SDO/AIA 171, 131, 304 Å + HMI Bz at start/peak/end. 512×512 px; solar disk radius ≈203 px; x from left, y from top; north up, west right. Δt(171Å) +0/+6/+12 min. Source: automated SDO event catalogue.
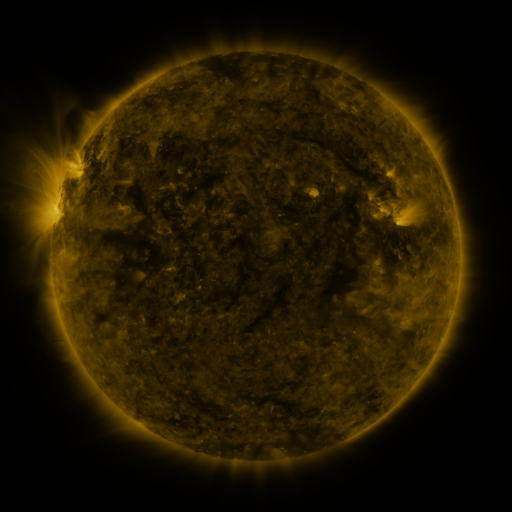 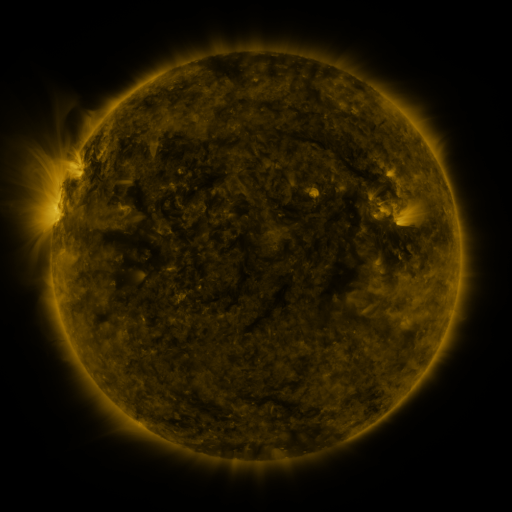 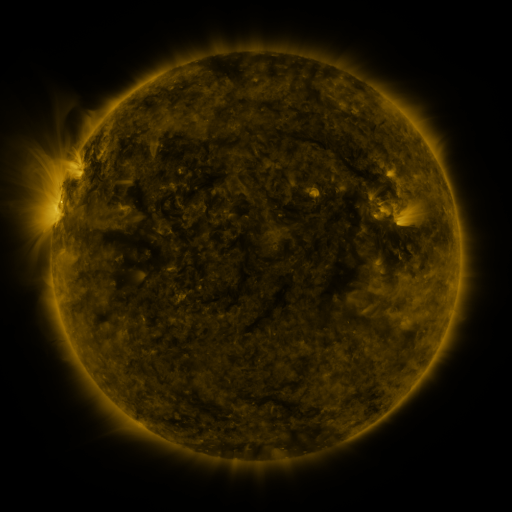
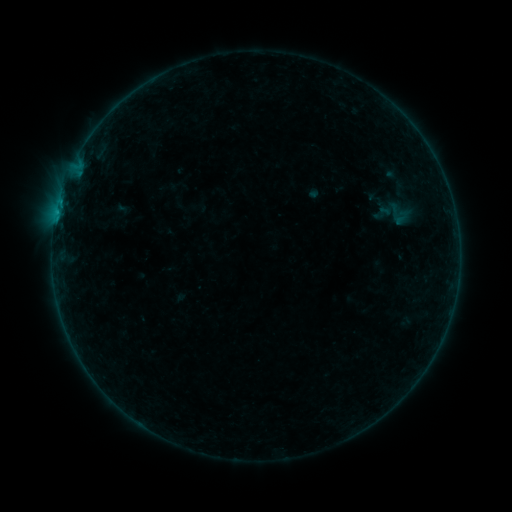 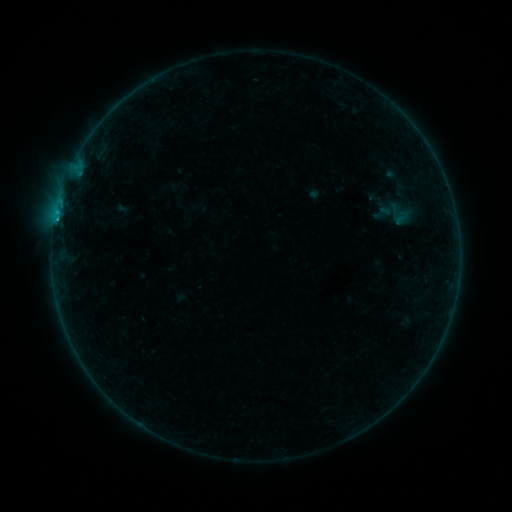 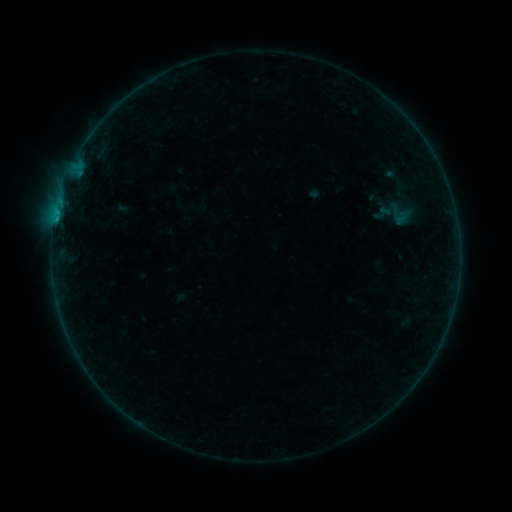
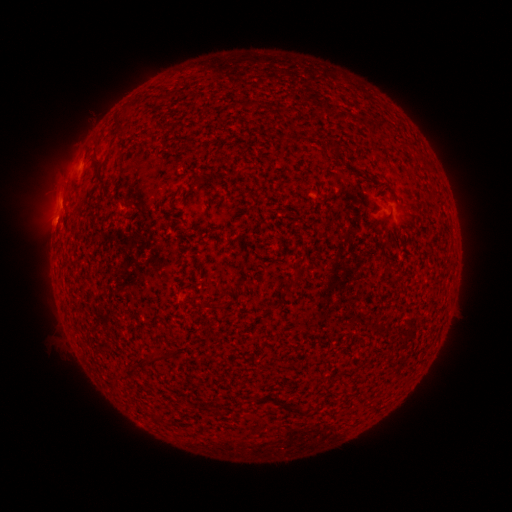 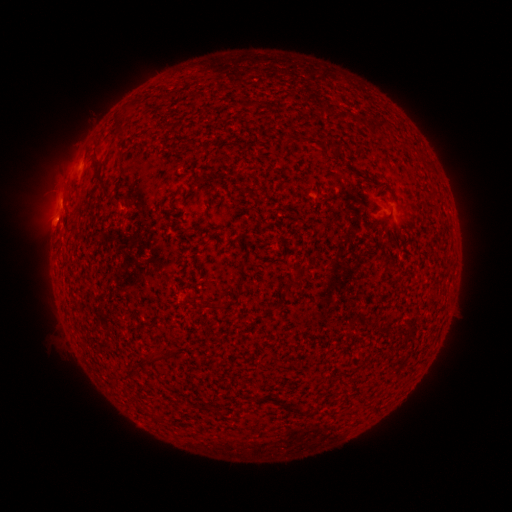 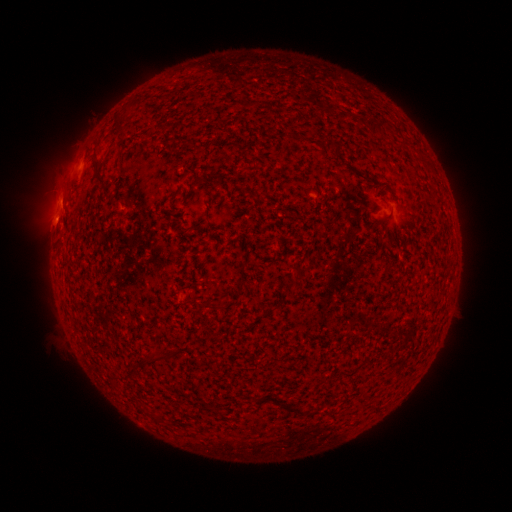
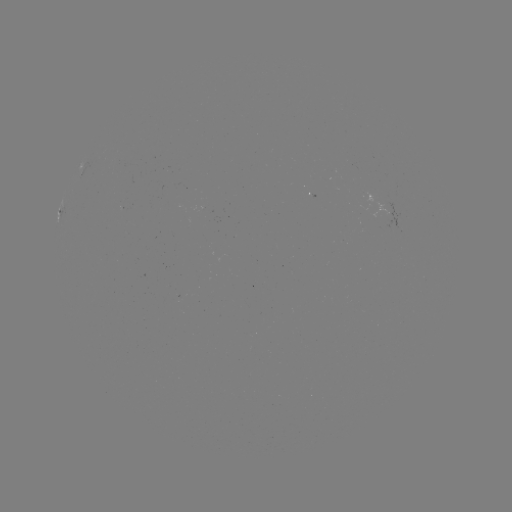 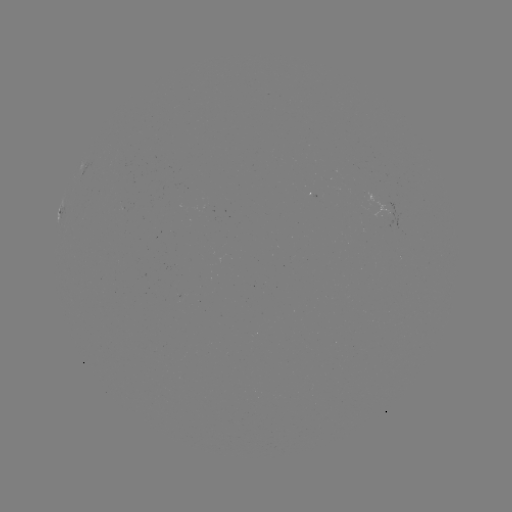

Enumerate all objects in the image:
B2.1 flare: (57, 221)
